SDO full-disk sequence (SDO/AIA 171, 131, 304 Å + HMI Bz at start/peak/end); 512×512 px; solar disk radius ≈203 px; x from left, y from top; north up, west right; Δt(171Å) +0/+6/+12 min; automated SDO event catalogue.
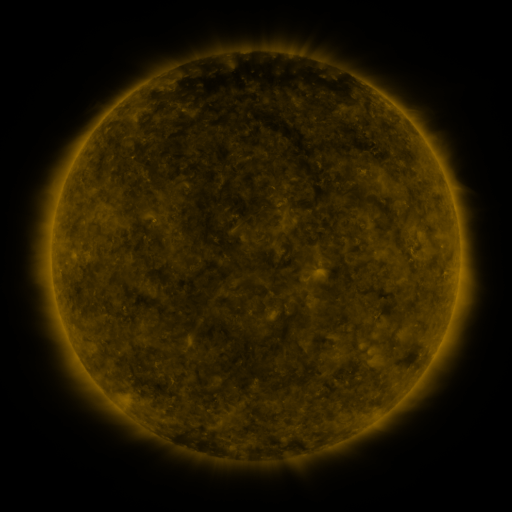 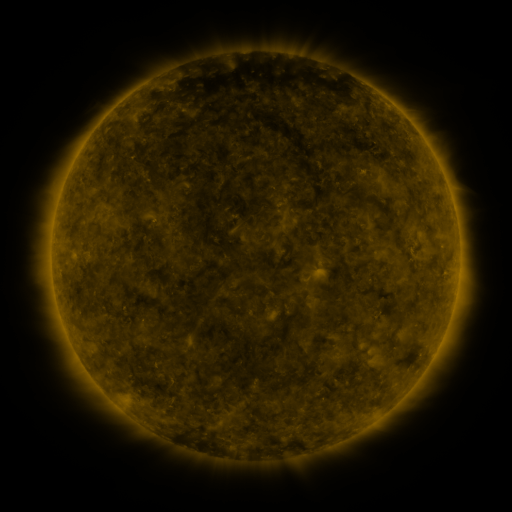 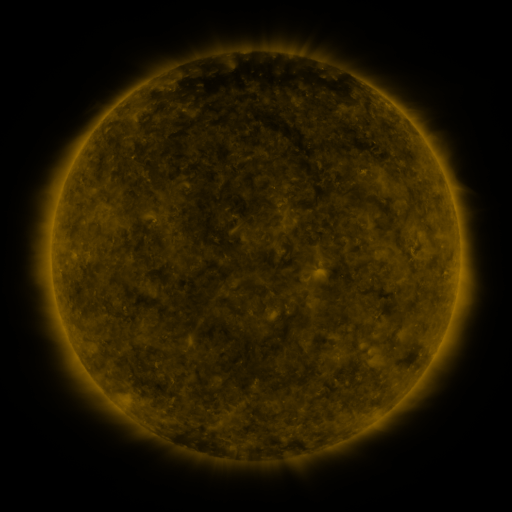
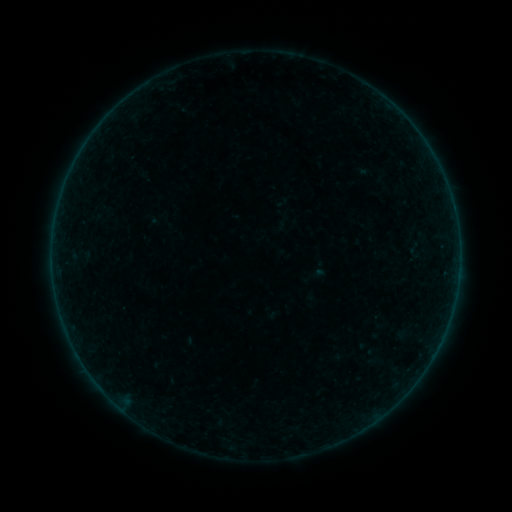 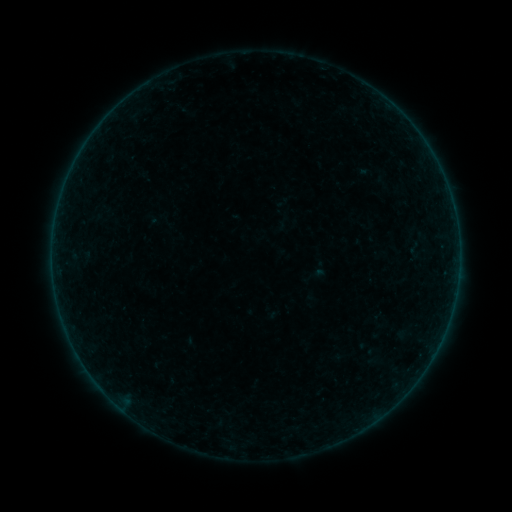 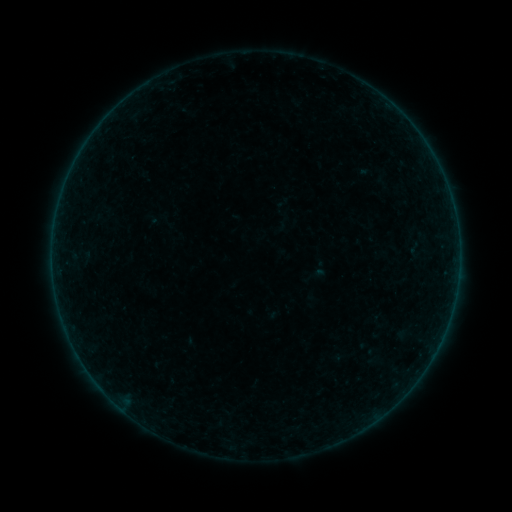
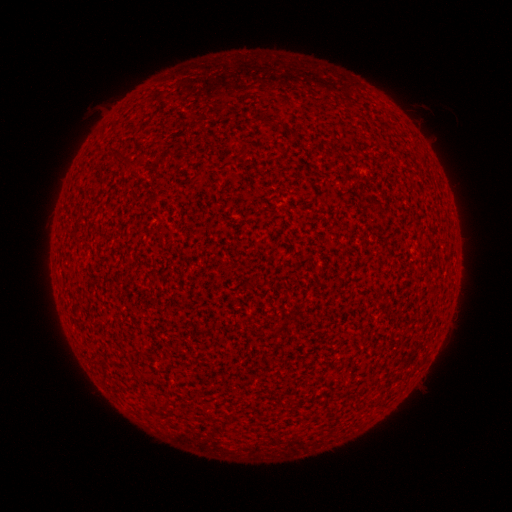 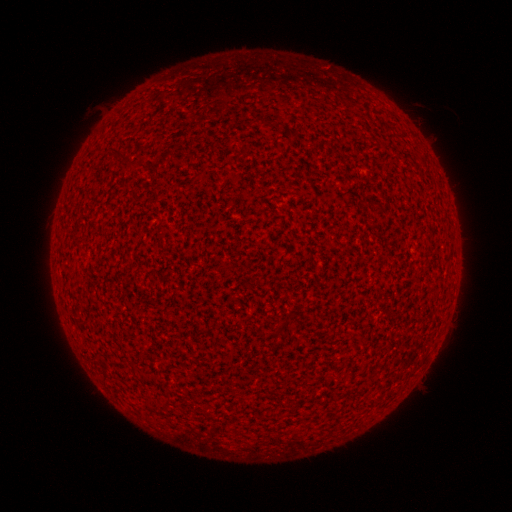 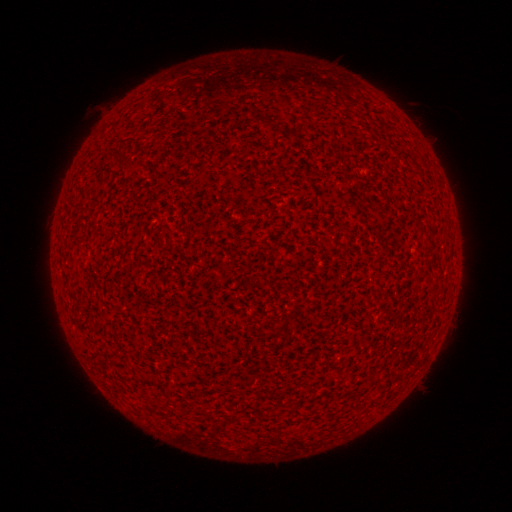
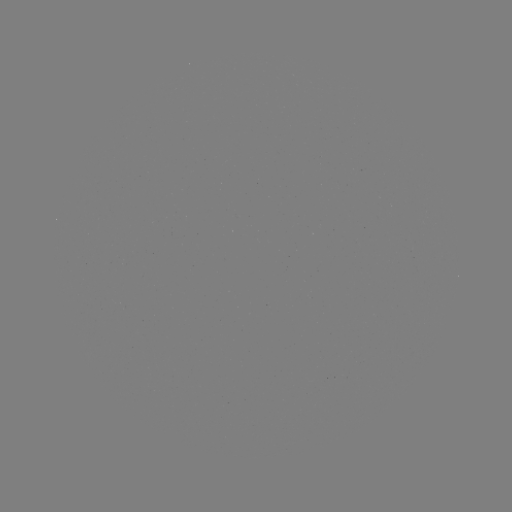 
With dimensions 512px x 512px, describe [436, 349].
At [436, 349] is A1.1 flare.